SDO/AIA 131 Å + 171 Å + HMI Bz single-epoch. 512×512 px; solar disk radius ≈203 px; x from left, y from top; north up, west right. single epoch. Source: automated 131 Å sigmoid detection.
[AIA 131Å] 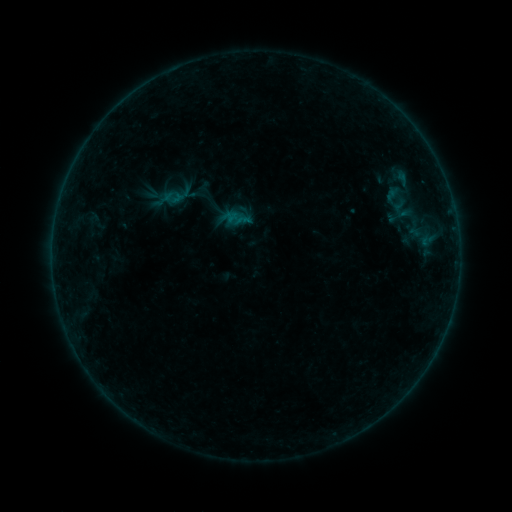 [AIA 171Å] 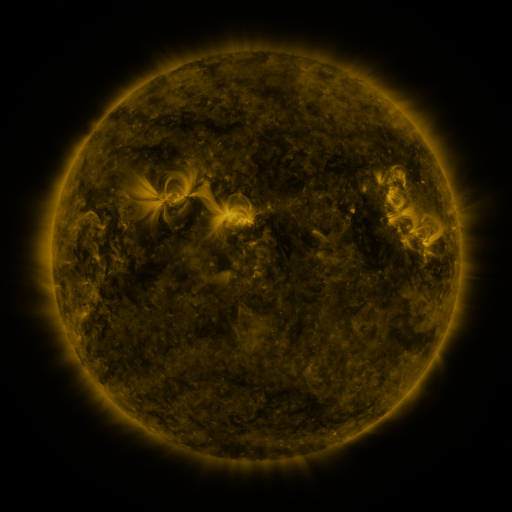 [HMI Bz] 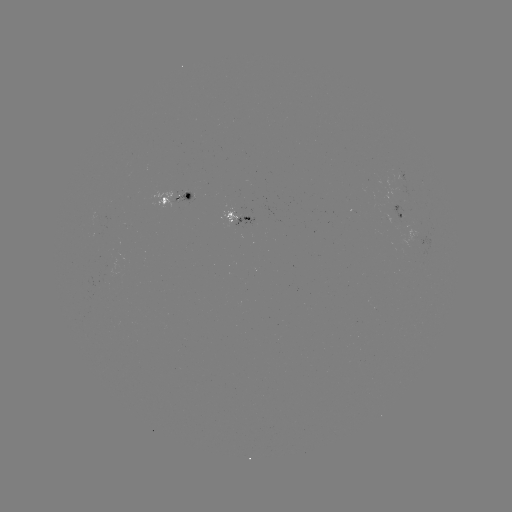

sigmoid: <bbox>163, 188, 182, 206</bbox>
